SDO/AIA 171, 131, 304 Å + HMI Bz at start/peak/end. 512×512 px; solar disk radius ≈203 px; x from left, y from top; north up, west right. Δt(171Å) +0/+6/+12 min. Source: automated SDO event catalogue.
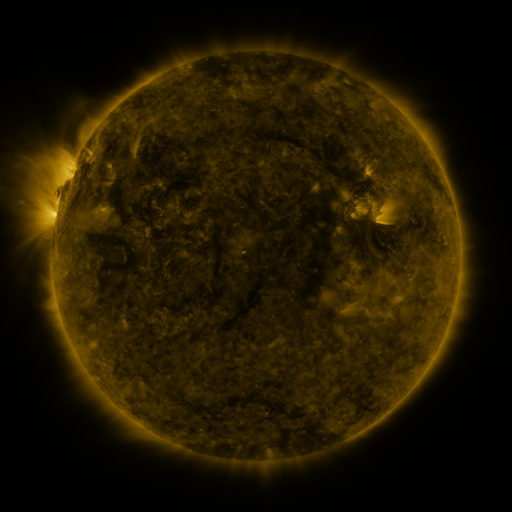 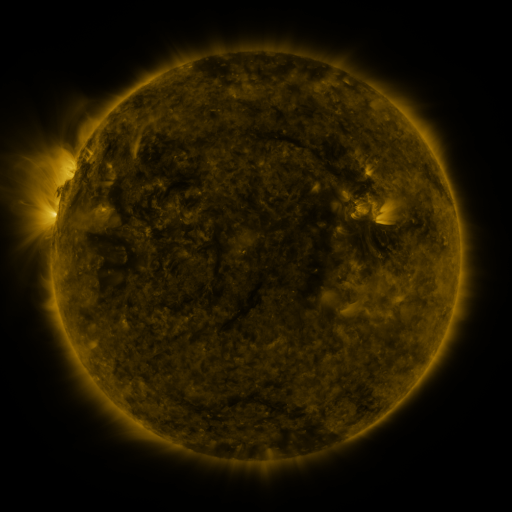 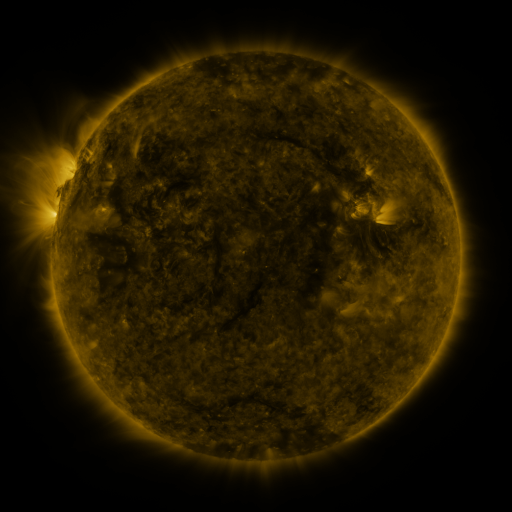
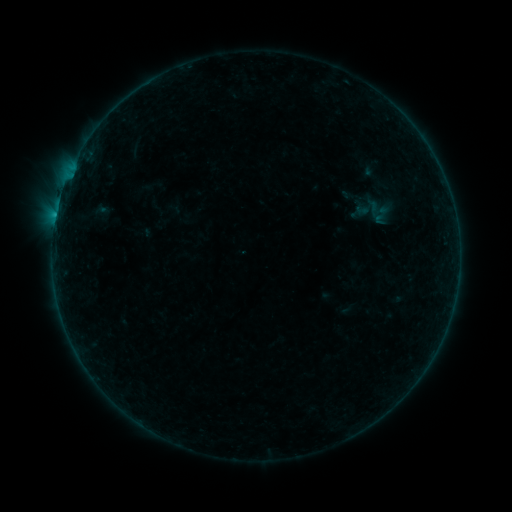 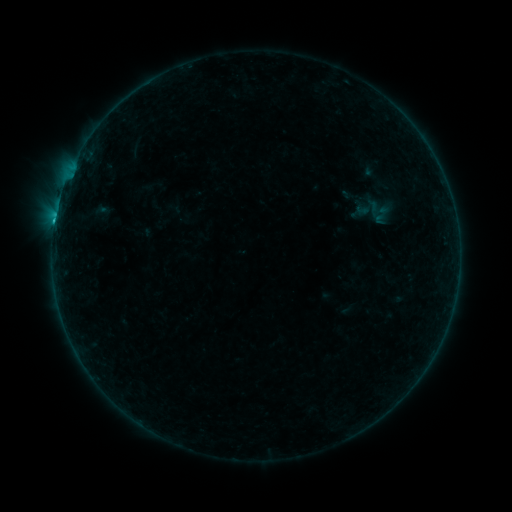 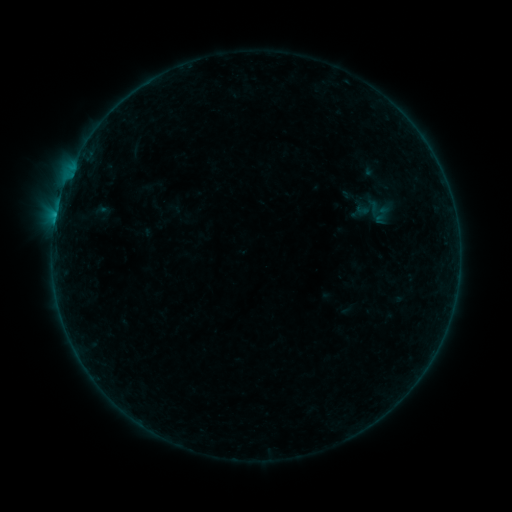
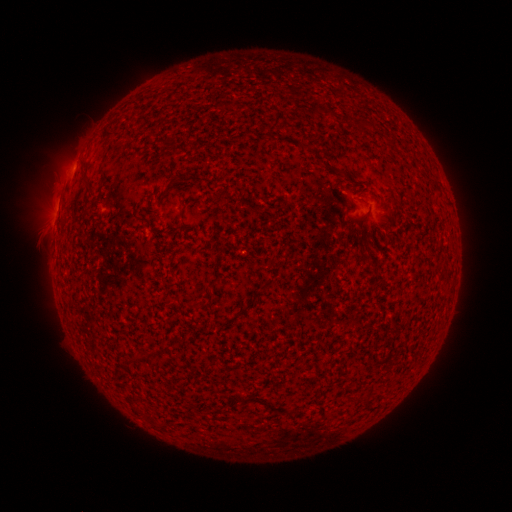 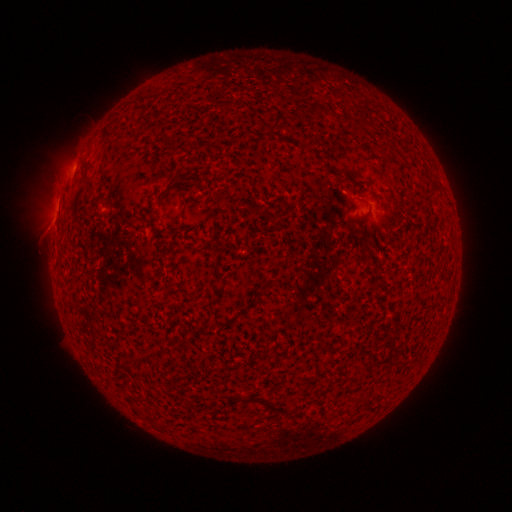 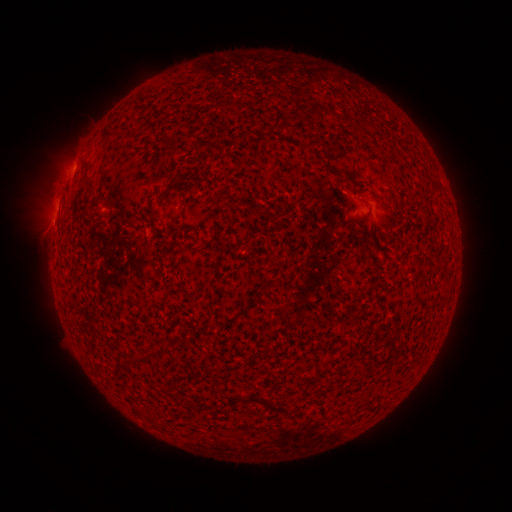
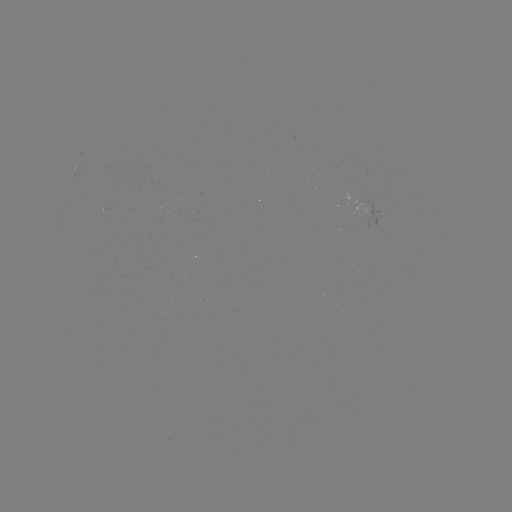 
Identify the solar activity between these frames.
B3.2 flare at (55, 223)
